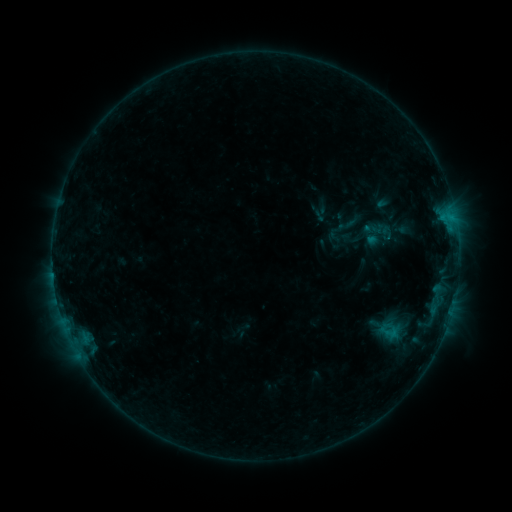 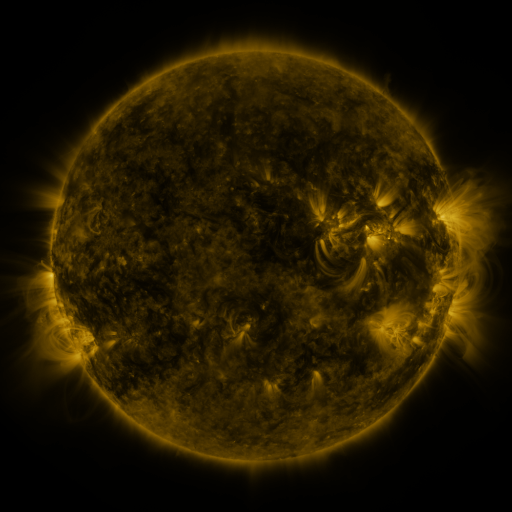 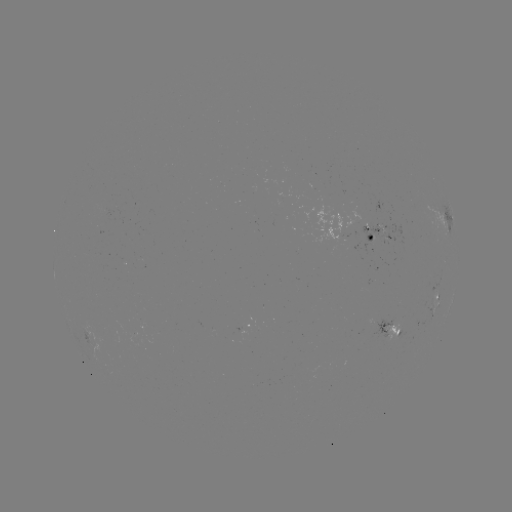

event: sigmoid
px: (363, 233)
